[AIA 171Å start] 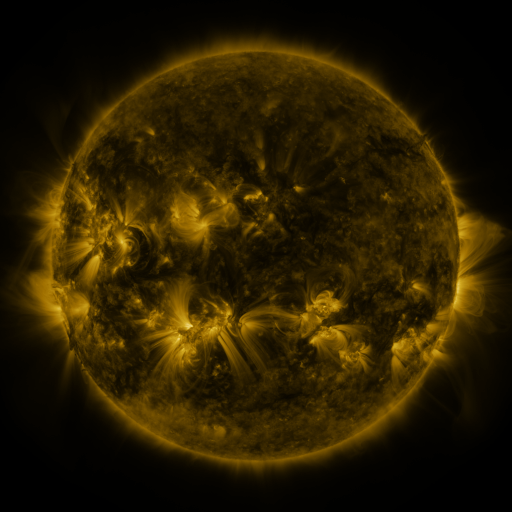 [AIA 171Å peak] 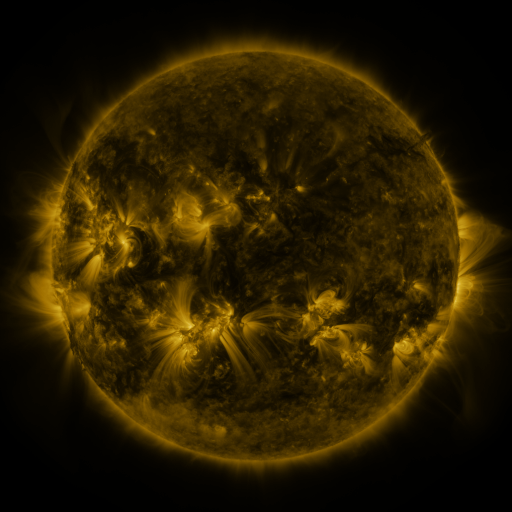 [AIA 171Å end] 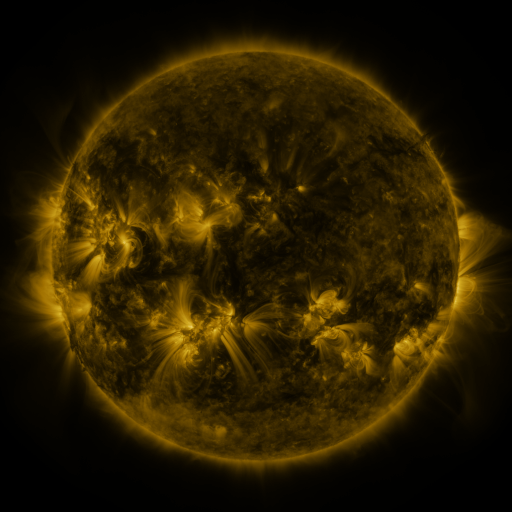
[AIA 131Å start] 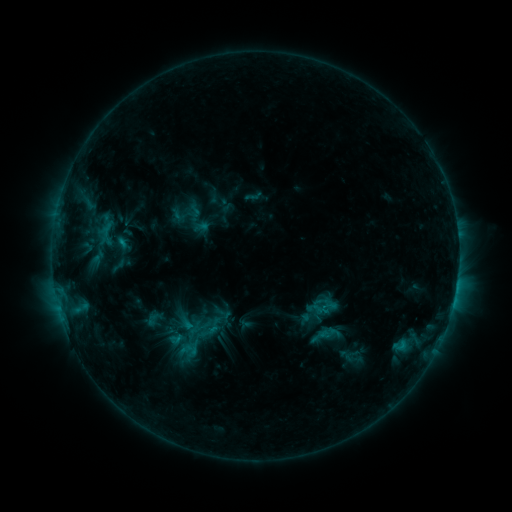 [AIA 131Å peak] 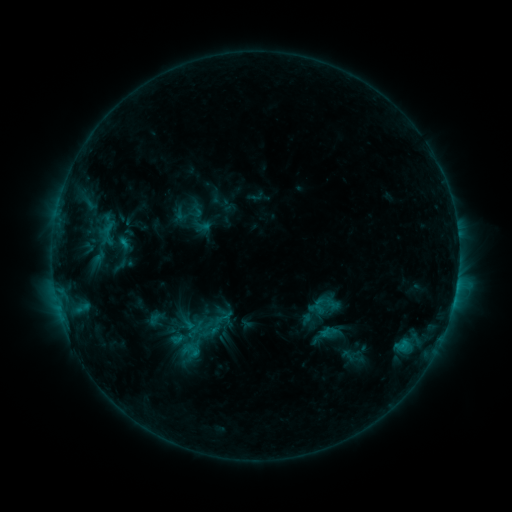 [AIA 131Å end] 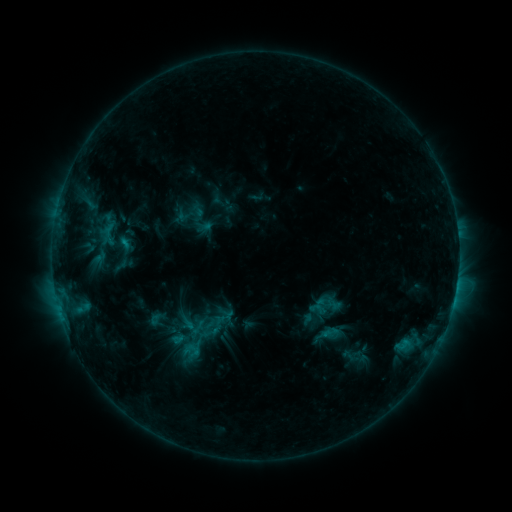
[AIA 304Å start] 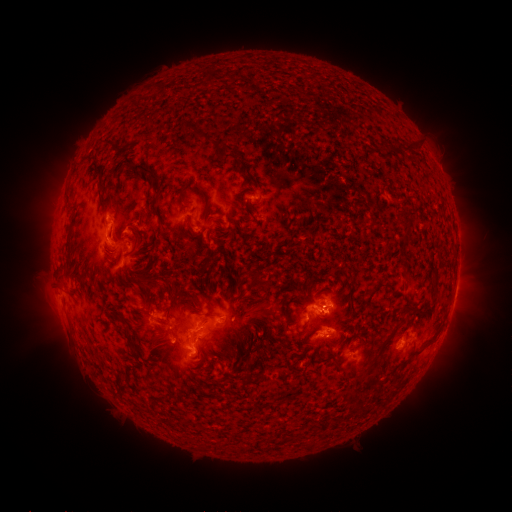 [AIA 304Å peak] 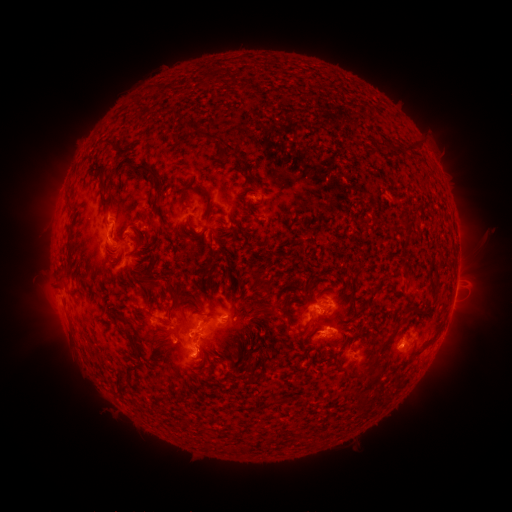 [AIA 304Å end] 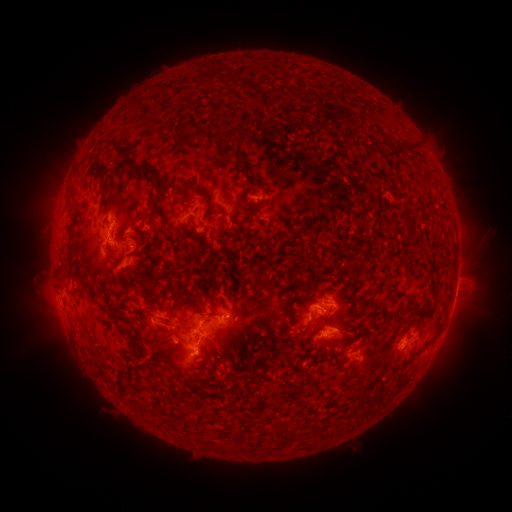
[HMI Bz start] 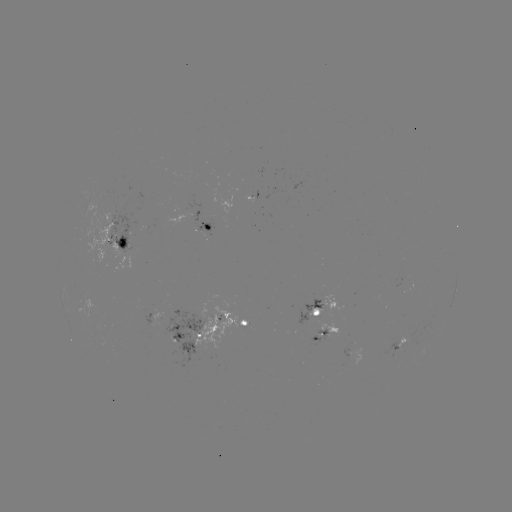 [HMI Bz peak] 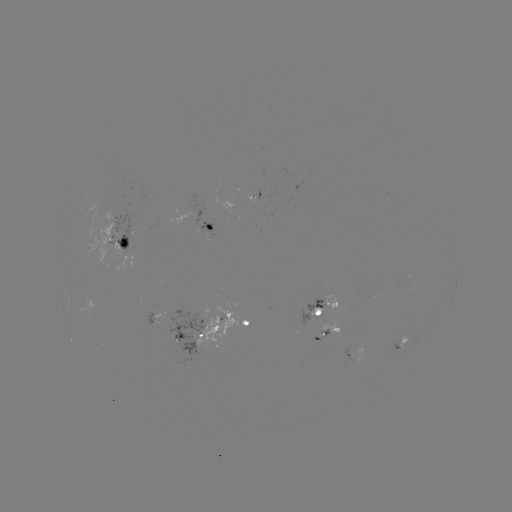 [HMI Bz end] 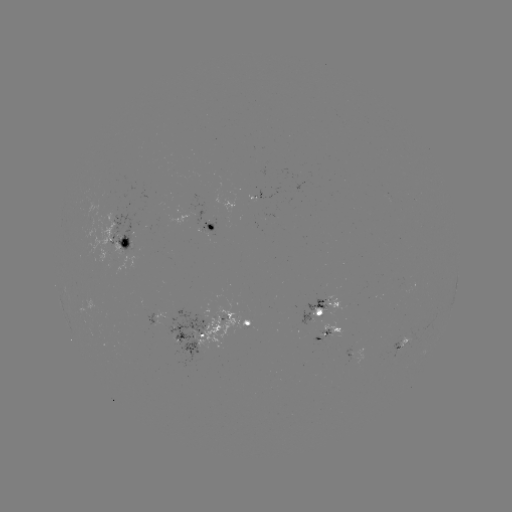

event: emerging-flux region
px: (207, 227)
